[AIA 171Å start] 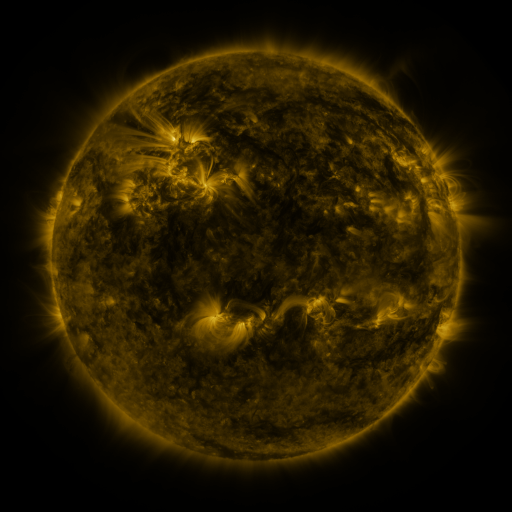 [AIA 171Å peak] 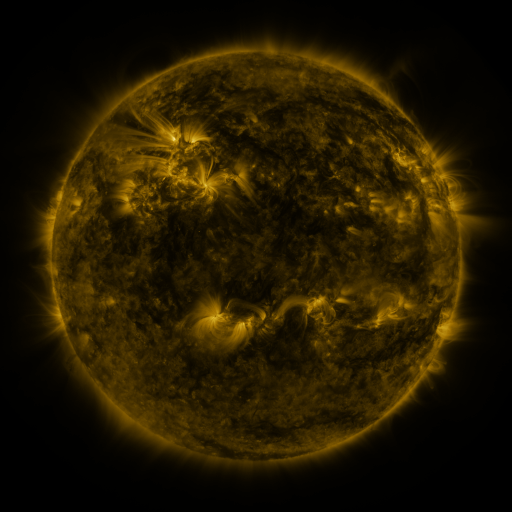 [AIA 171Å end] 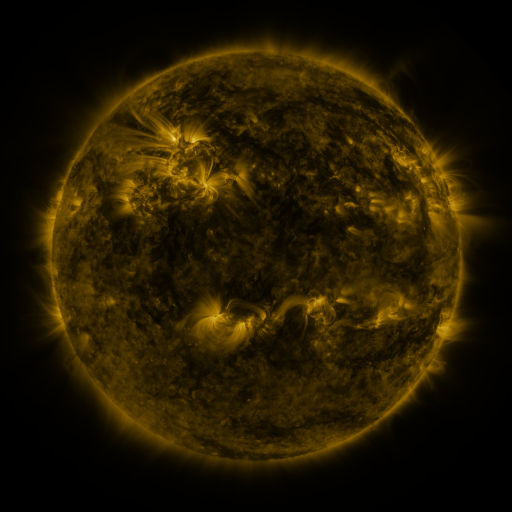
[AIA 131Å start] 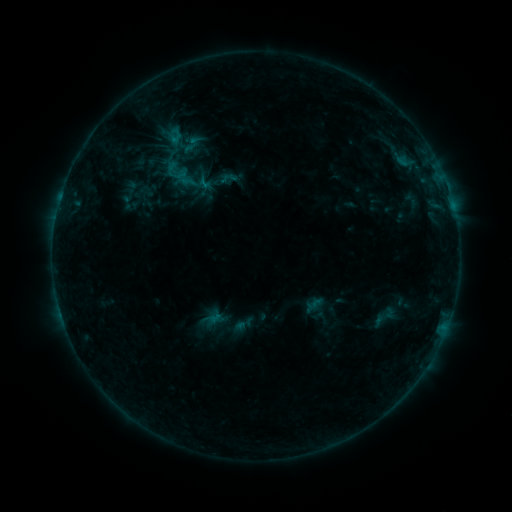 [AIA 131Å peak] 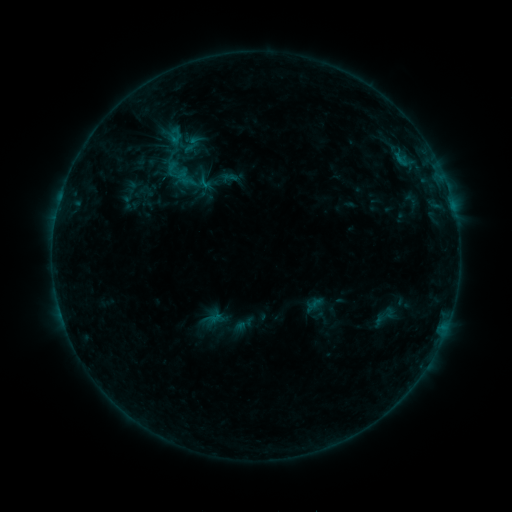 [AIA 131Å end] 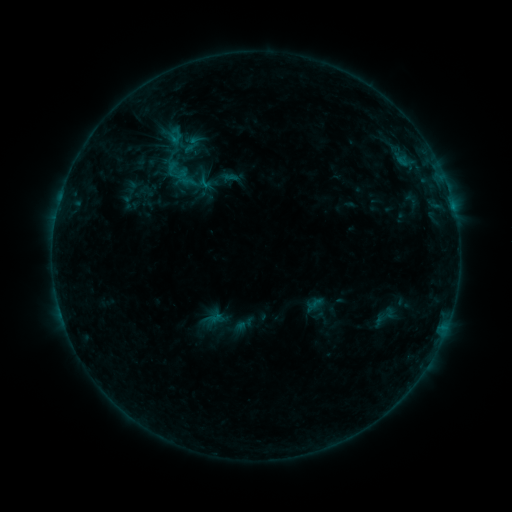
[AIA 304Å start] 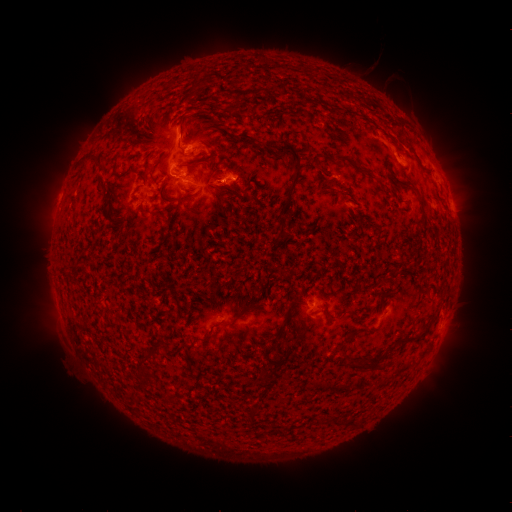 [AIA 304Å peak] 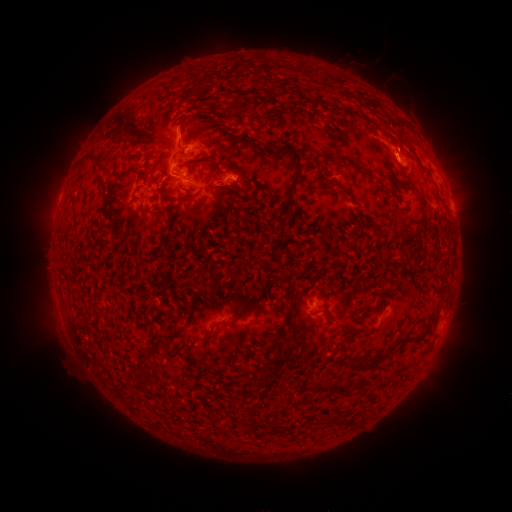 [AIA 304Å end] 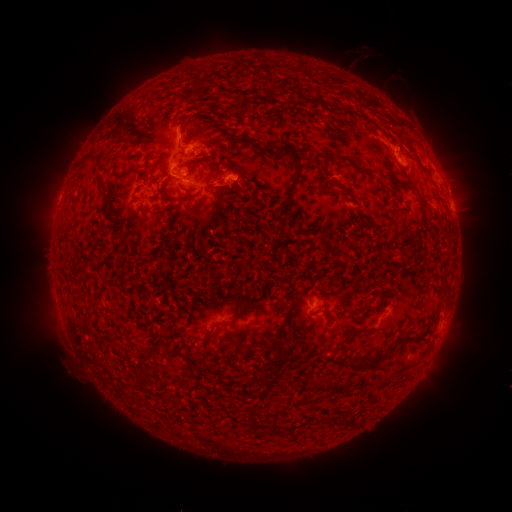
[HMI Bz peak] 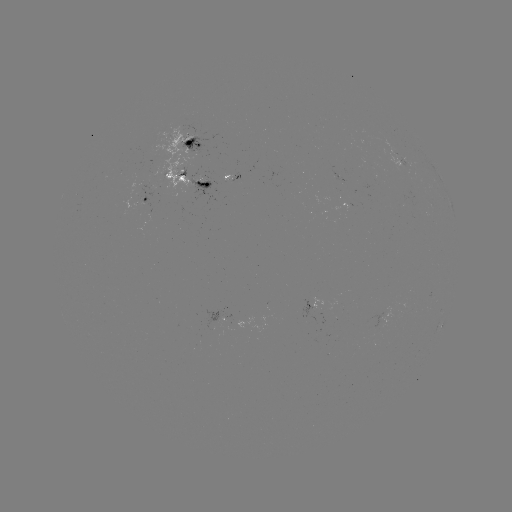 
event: eruption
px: (401, 148)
